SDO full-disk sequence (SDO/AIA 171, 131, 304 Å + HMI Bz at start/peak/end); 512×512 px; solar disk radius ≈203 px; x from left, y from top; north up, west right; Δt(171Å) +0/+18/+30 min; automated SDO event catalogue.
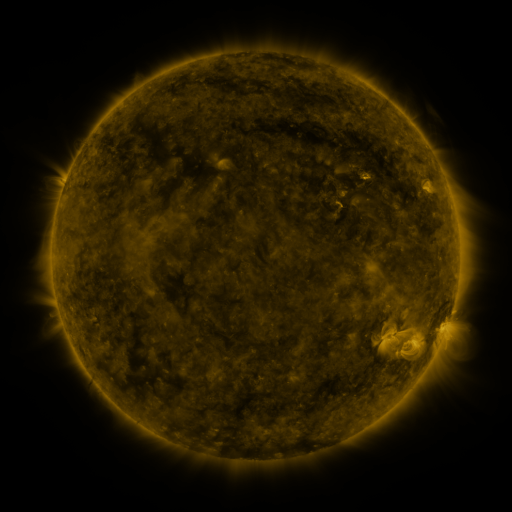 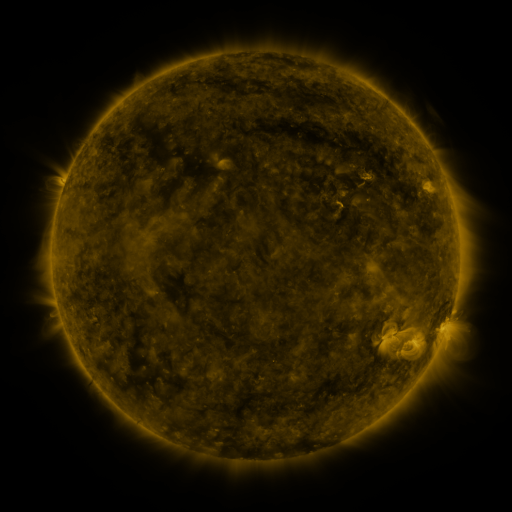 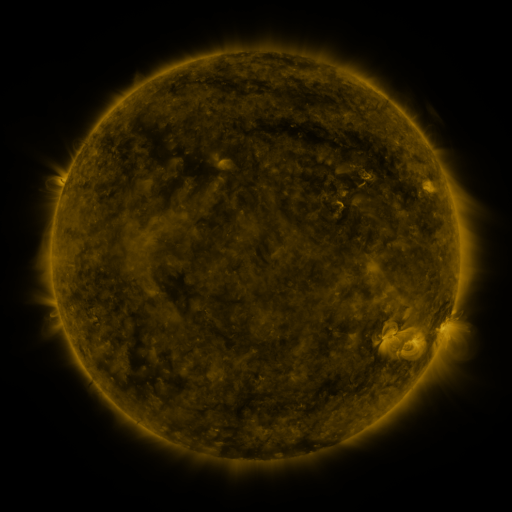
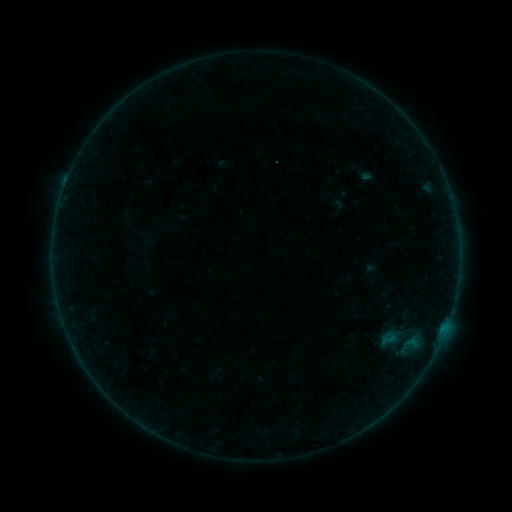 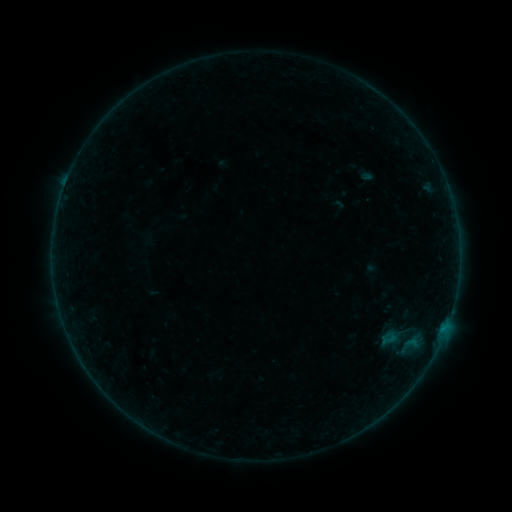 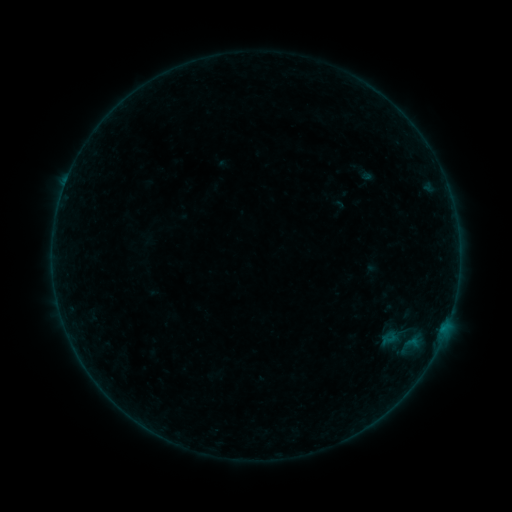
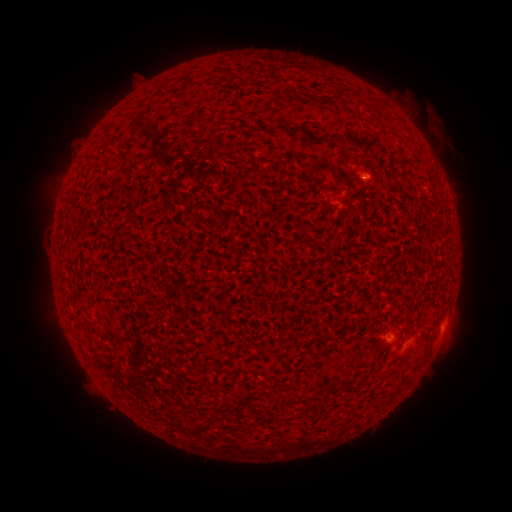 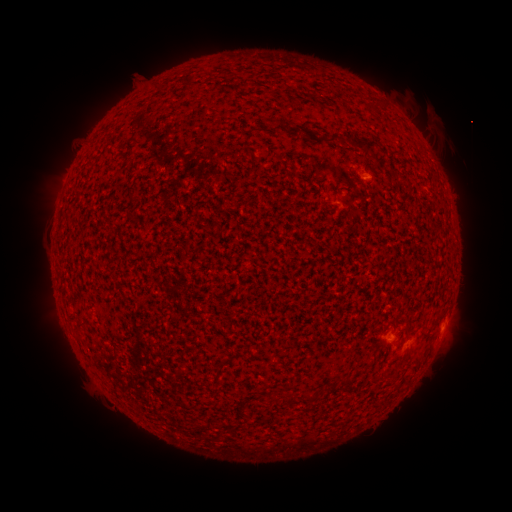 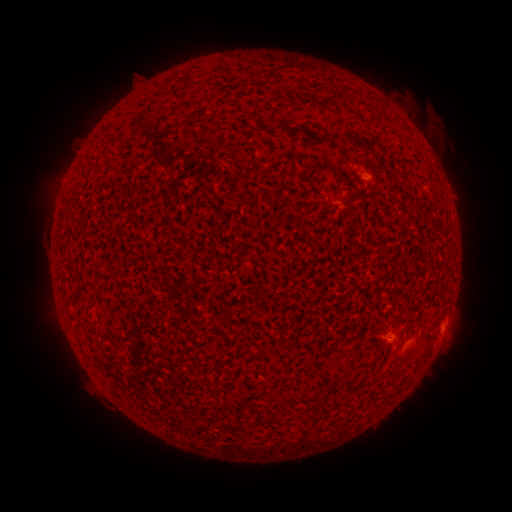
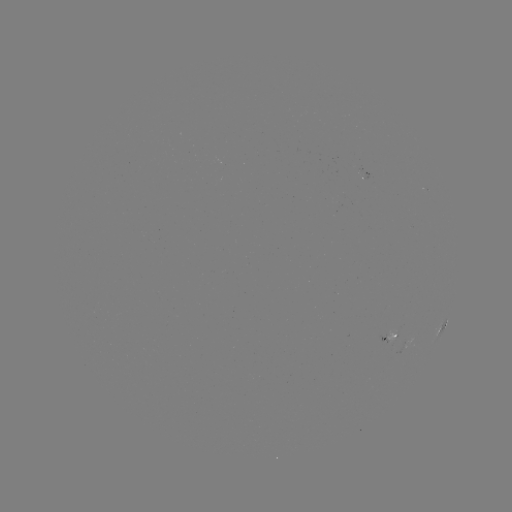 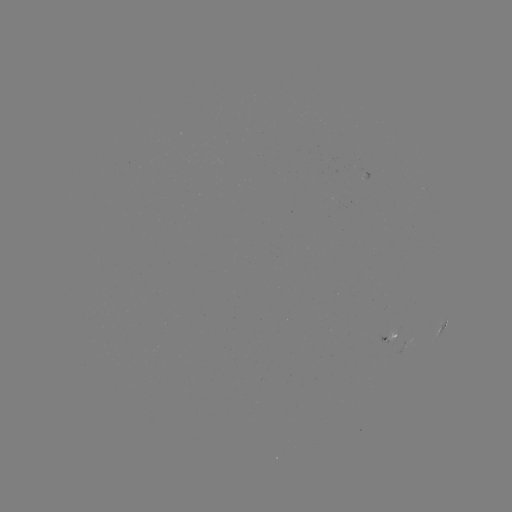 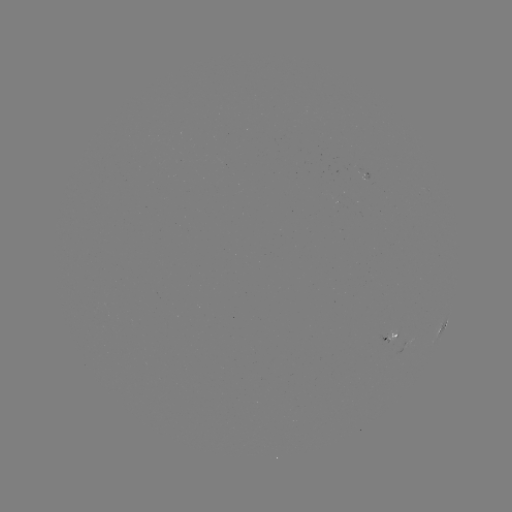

no flare in any classed list; no EUV-trigger detection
